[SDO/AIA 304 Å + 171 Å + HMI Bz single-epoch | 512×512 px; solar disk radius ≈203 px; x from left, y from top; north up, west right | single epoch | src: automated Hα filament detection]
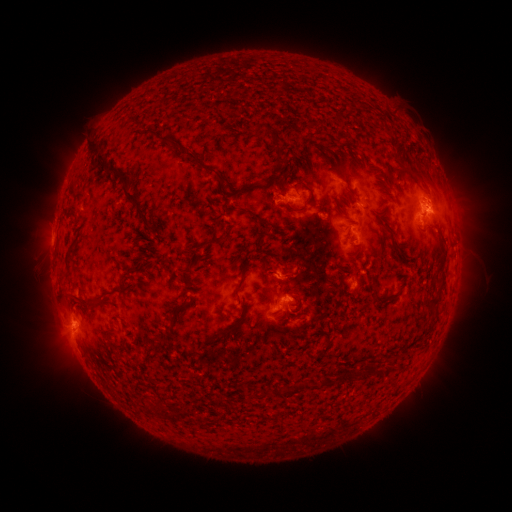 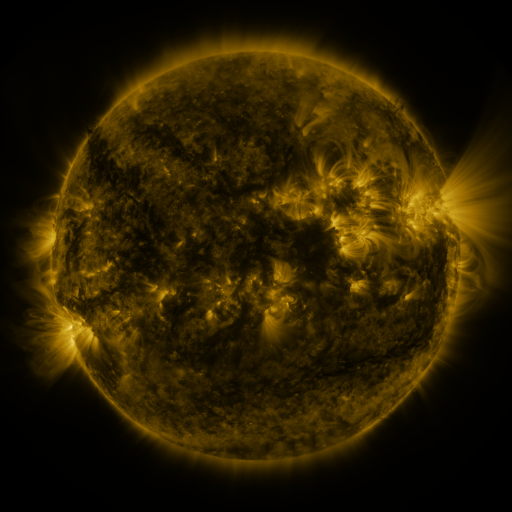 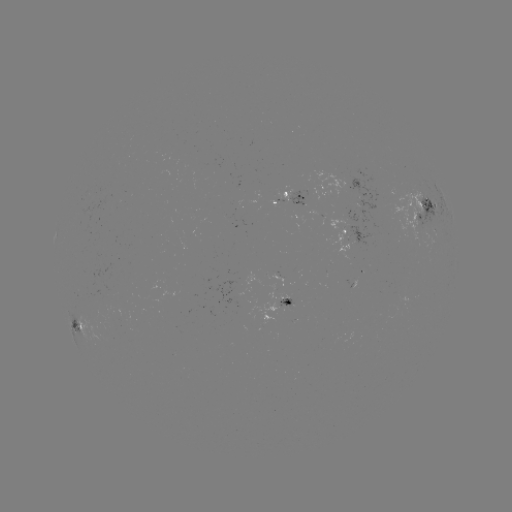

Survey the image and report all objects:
filament: (263, 126)
filament: (279, 155)
filament: (102, 156)
filament: (192, 156)
filament: (242, 189)
filament: (126, 191)
filament: (352, 195)
filament: (312, 200)
filament: (259, 220)
filament: (214, 241)
filament: (192, 264)
filament: (277, 273)
filament: (115, 290)
filament: (81, 300)
filament: (379, 300)
filament: (287, 303)
filament: (300, 306)
filament: (225, 331)
filament: (369, 370)
filament: (331, 383)
filament: (297, 387)
